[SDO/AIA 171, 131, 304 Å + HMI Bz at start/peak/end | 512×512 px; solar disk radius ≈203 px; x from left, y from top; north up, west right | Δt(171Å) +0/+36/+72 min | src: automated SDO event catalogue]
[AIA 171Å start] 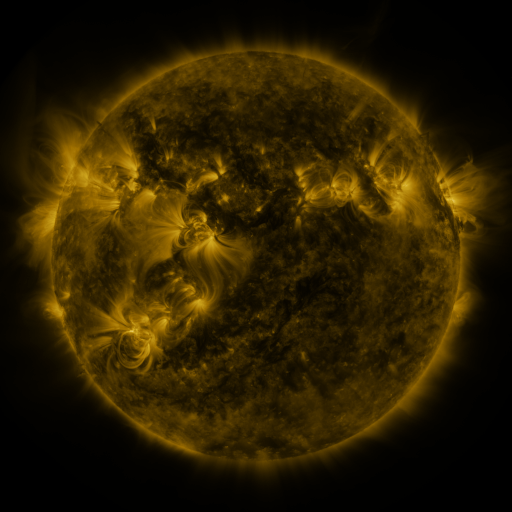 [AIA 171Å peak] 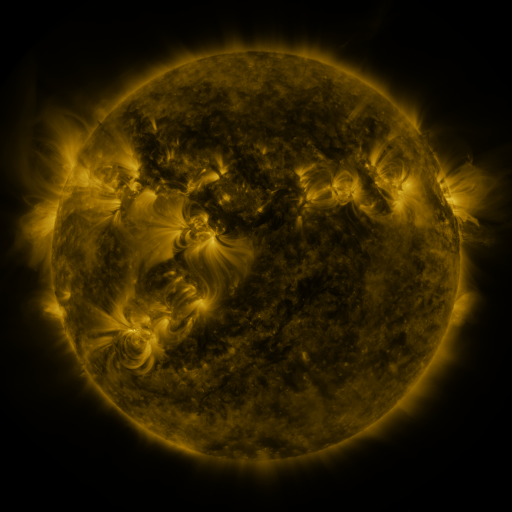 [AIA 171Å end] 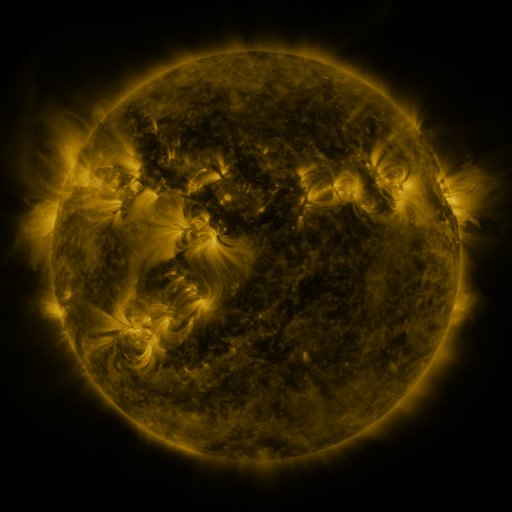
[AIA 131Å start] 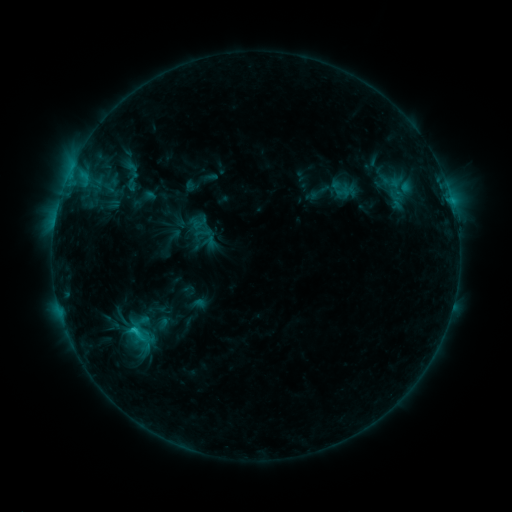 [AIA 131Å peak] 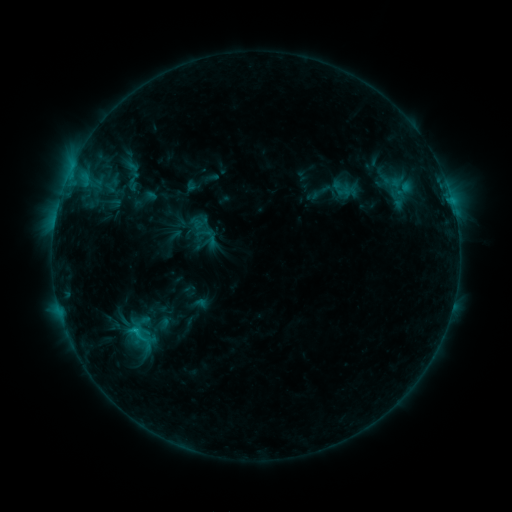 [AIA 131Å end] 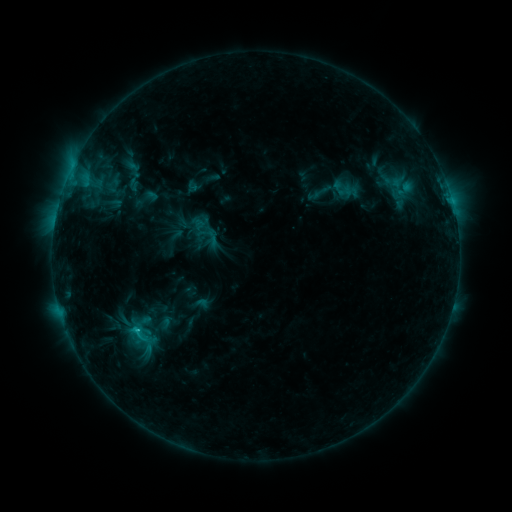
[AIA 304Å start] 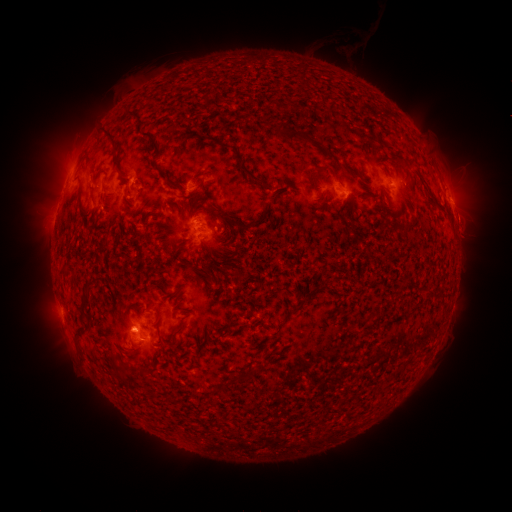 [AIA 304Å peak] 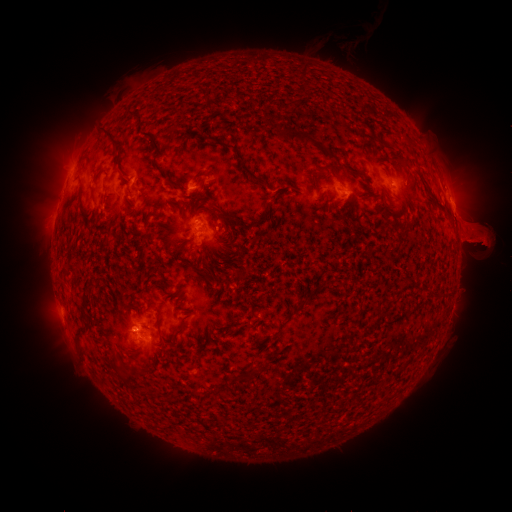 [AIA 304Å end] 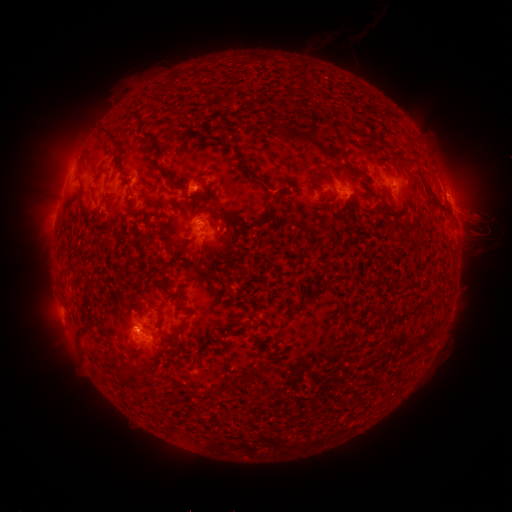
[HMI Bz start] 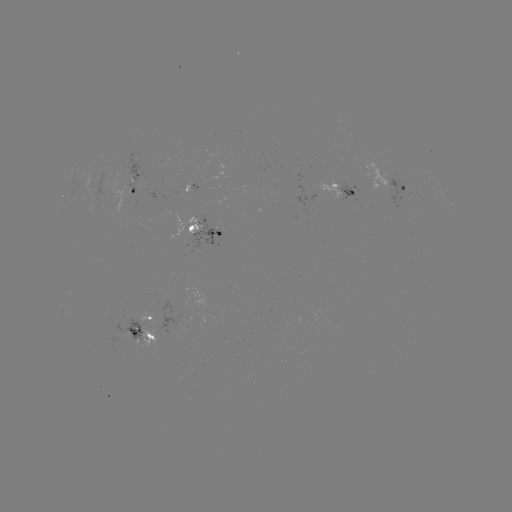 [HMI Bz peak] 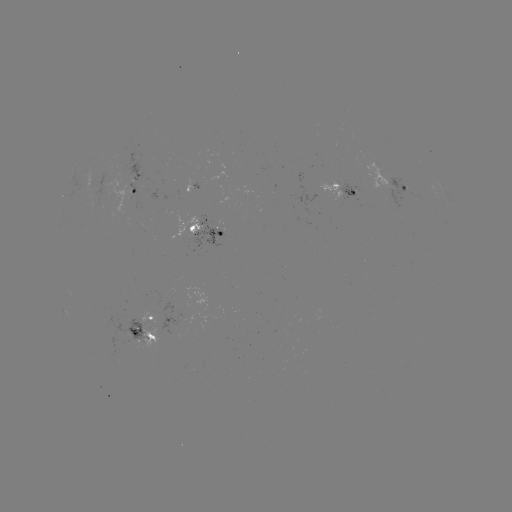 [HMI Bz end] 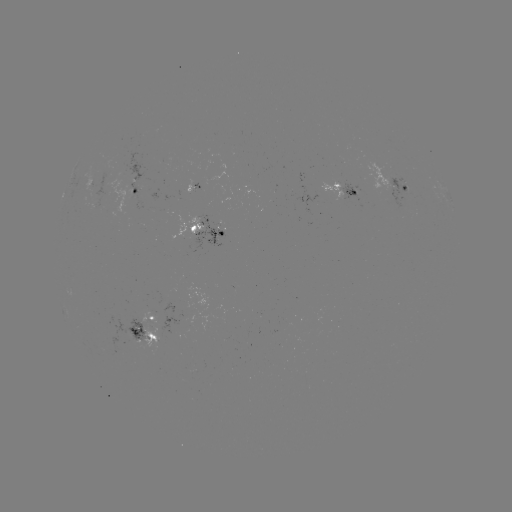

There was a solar eruption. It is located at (477, 229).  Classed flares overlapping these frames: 1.